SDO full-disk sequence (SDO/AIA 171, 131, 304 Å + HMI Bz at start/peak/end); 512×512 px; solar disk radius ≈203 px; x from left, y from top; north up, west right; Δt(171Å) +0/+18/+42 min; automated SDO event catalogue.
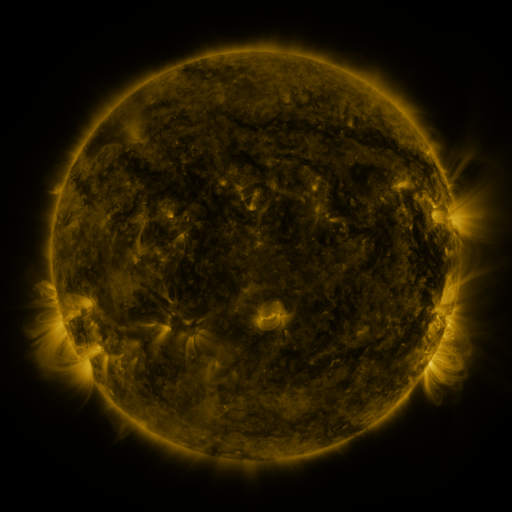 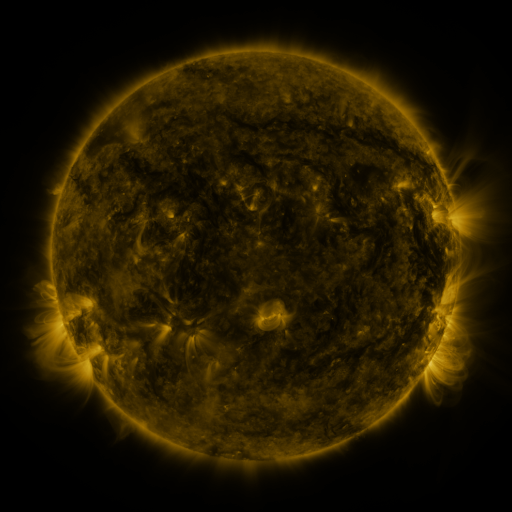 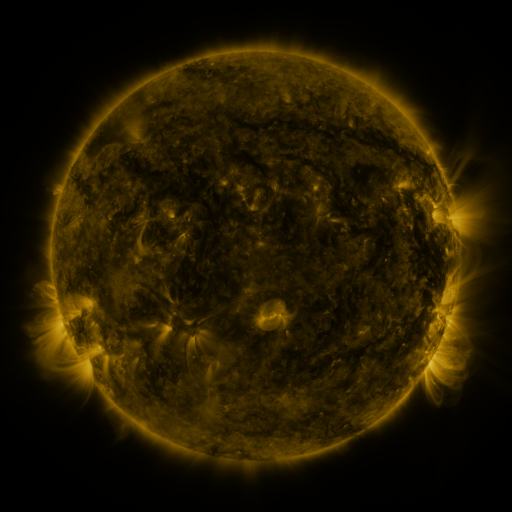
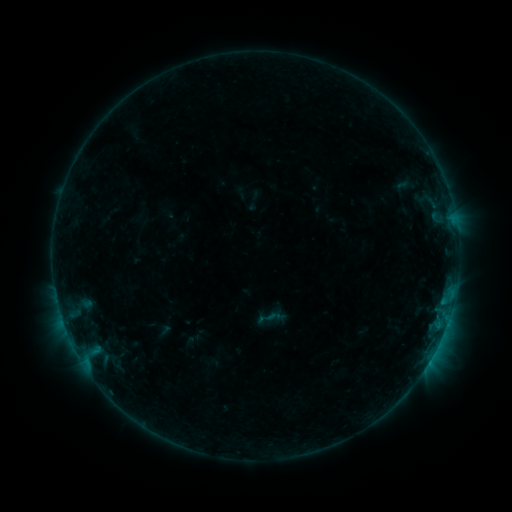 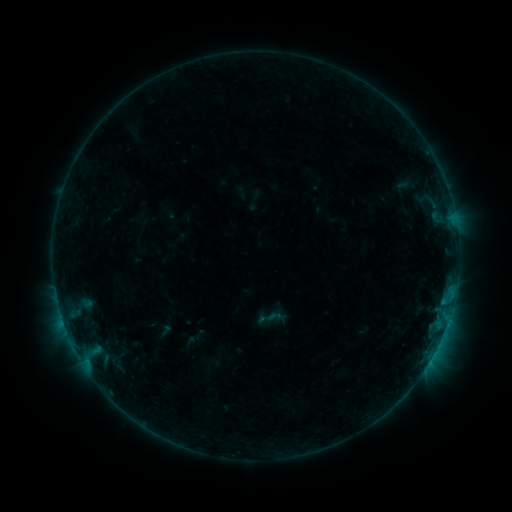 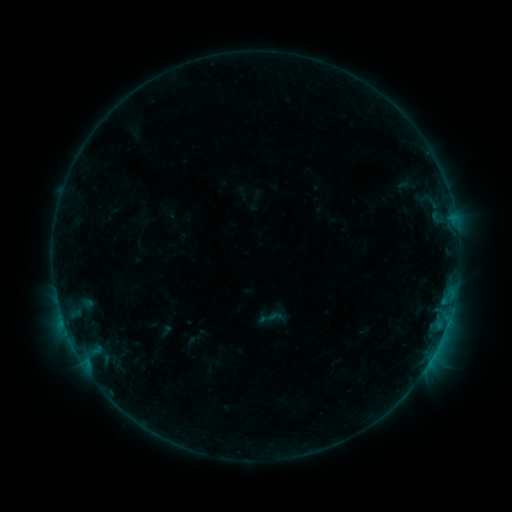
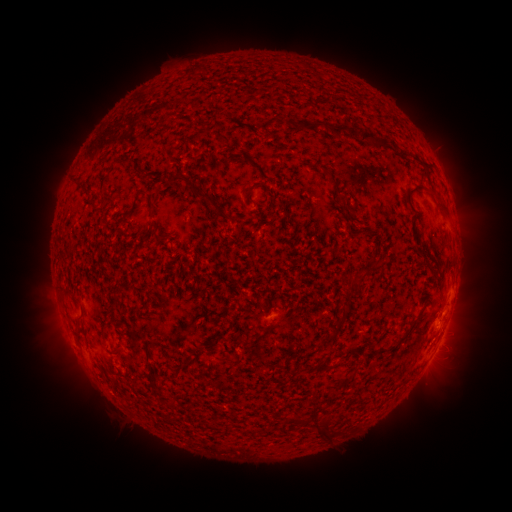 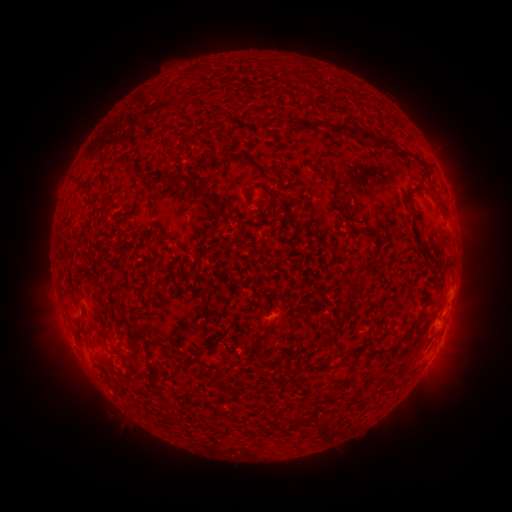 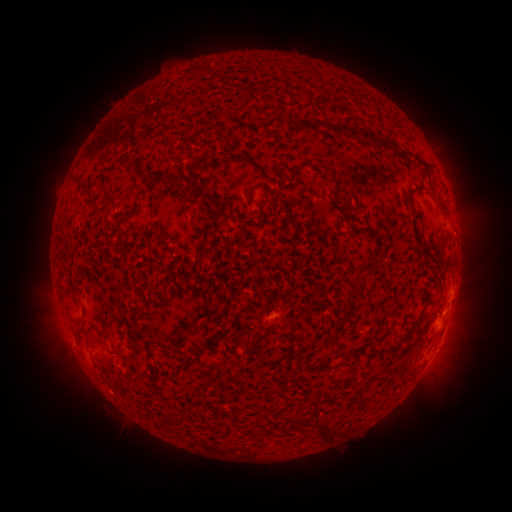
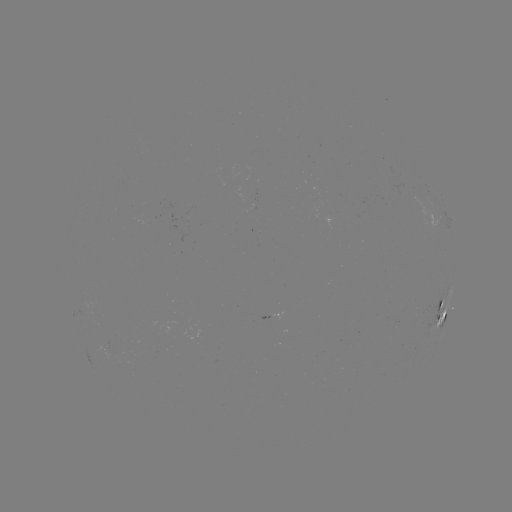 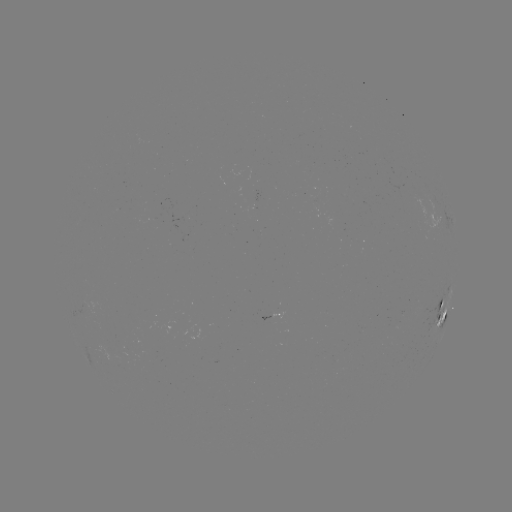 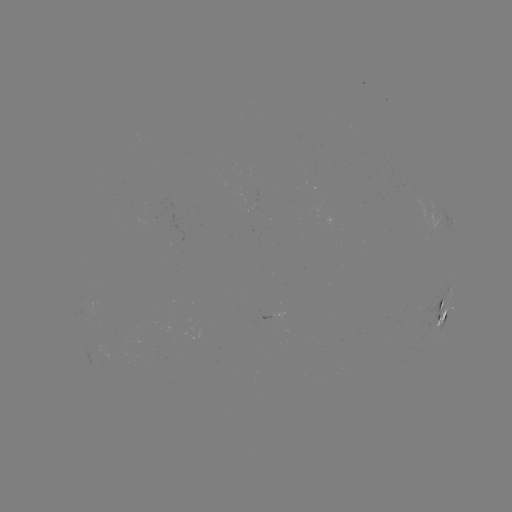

no catalogued flare and no flagged EUV brightening in this window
